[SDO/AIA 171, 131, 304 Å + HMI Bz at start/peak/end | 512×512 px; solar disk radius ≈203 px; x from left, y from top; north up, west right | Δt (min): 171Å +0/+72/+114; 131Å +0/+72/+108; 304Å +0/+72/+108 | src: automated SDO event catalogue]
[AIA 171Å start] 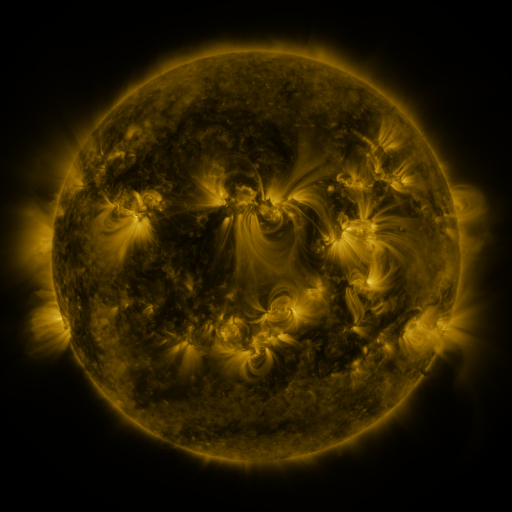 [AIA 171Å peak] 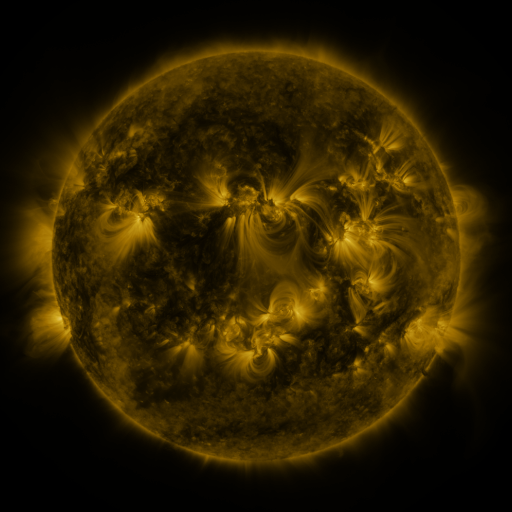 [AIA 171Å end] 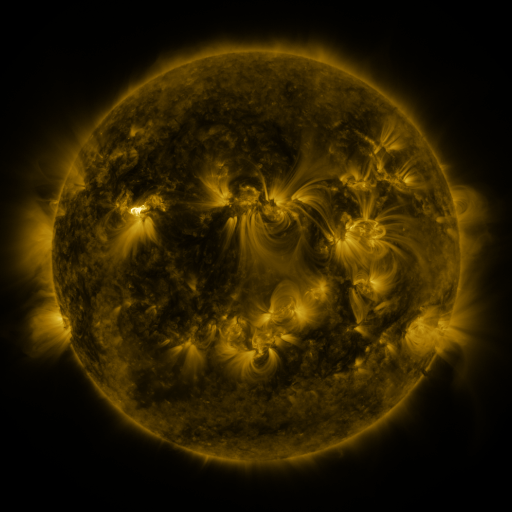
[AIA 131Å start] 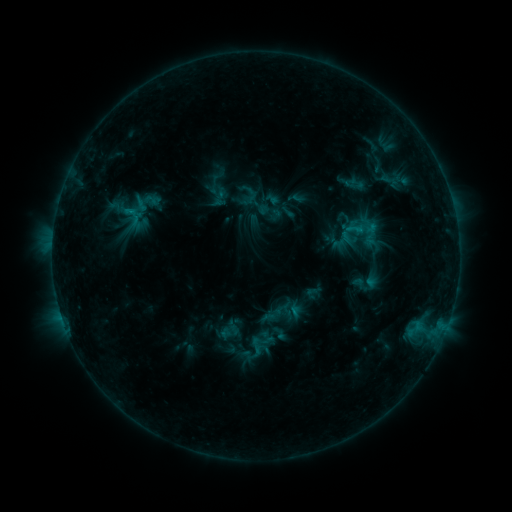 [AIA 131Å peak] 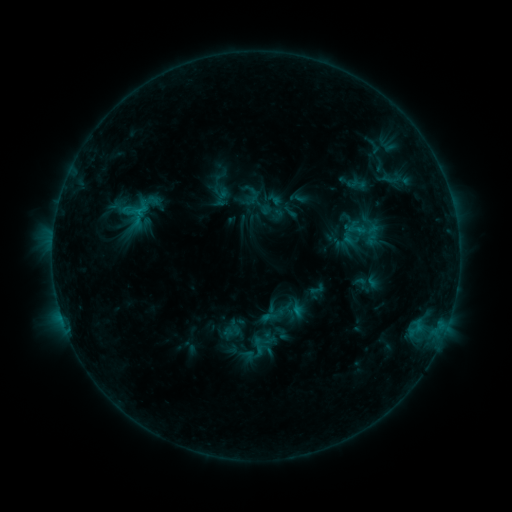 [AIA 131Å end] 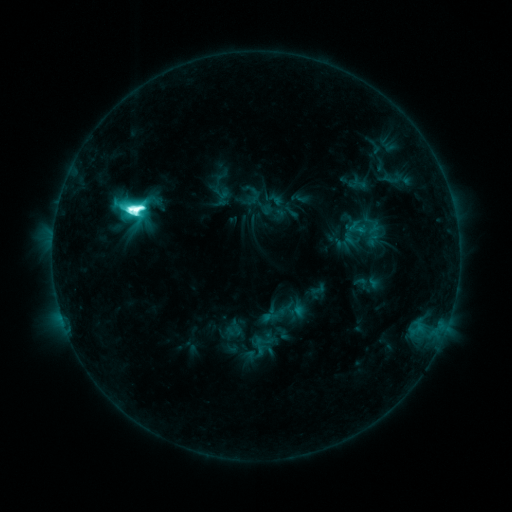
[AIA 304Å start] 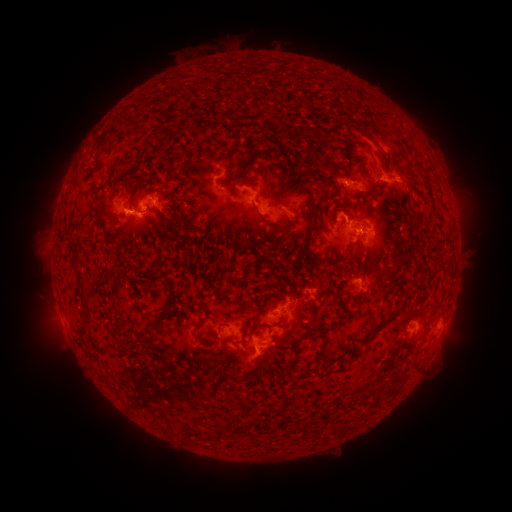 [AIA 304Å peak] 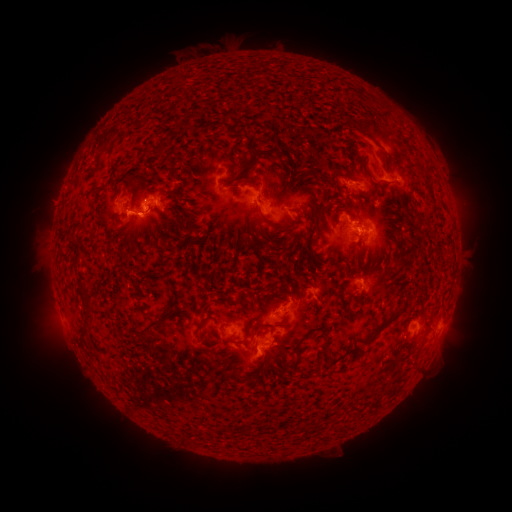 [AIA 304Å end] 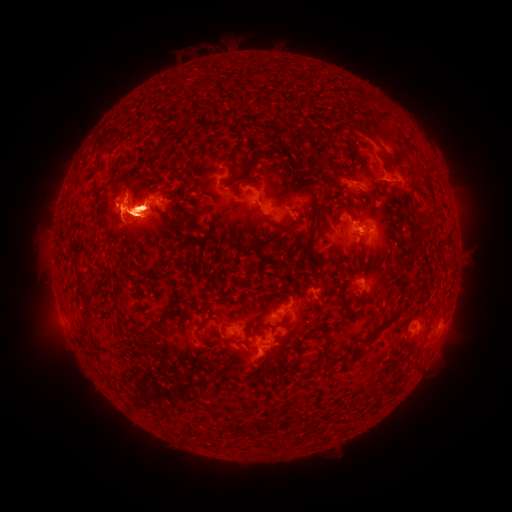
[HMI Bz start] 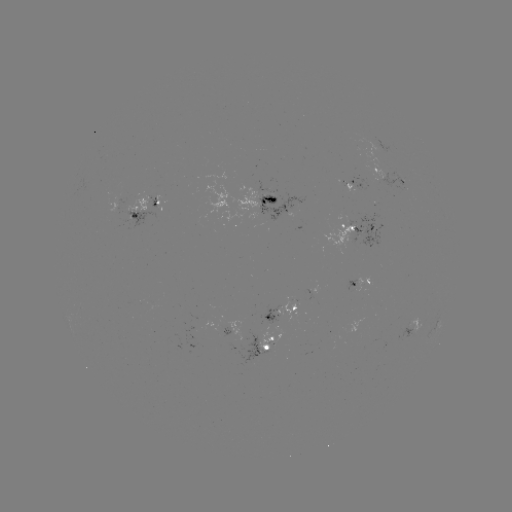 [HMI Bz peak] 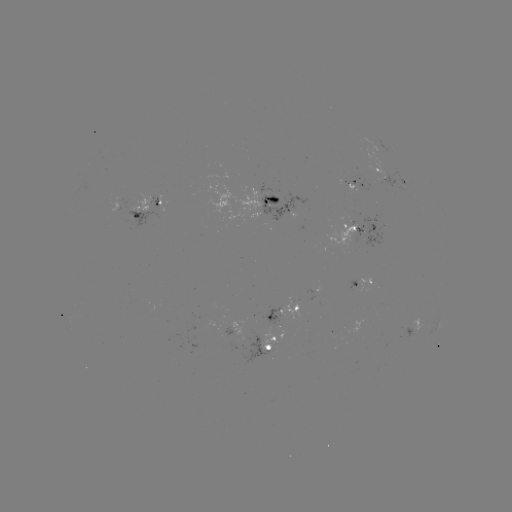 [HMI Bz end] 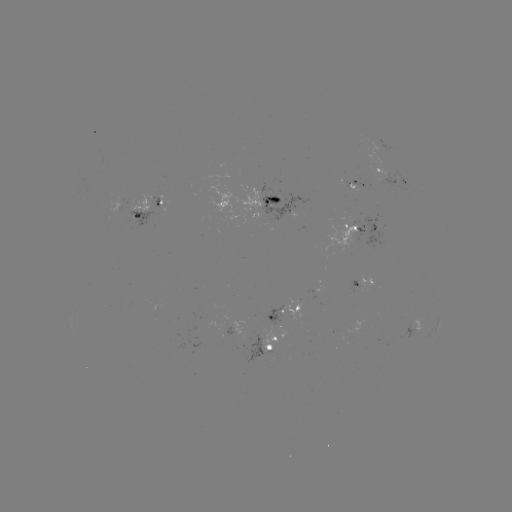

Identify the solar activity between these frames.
emerging-flux region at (265, 191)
